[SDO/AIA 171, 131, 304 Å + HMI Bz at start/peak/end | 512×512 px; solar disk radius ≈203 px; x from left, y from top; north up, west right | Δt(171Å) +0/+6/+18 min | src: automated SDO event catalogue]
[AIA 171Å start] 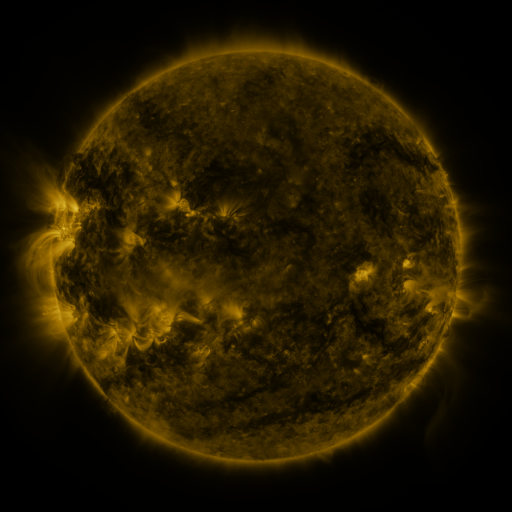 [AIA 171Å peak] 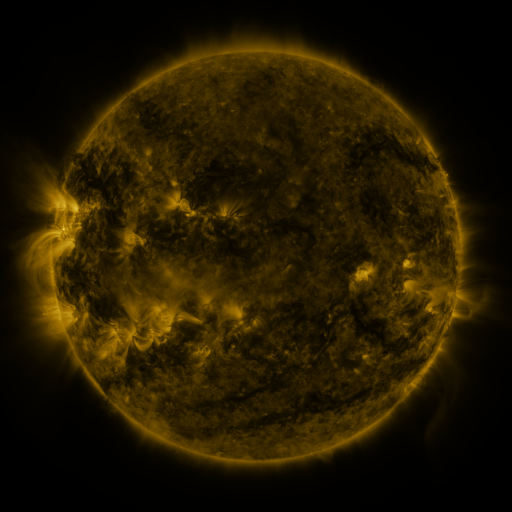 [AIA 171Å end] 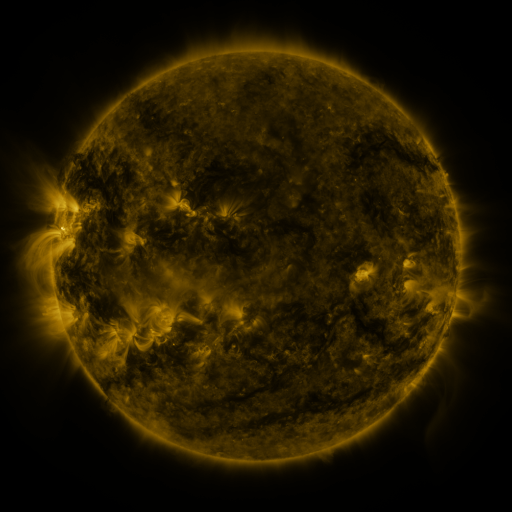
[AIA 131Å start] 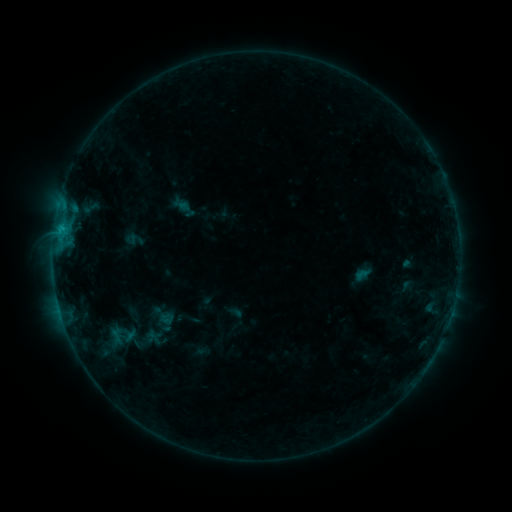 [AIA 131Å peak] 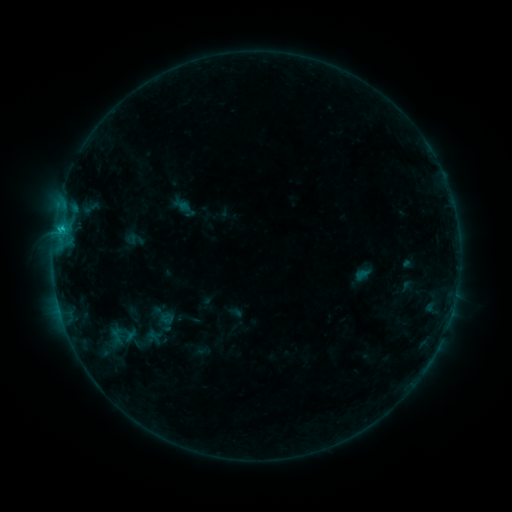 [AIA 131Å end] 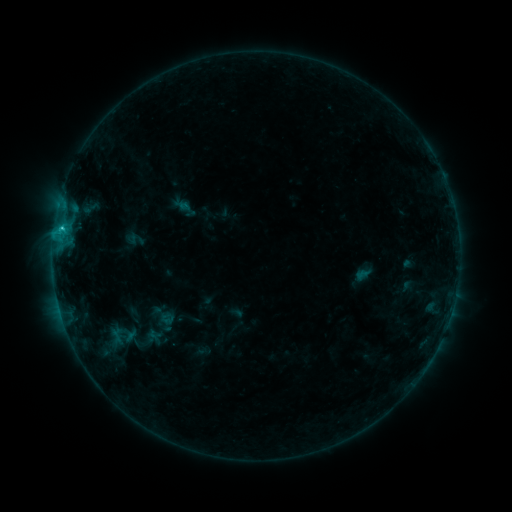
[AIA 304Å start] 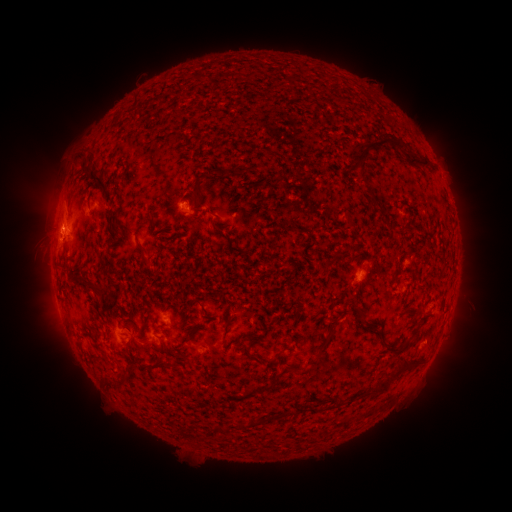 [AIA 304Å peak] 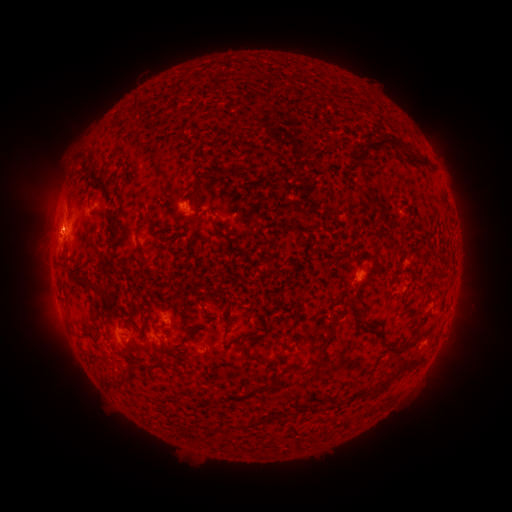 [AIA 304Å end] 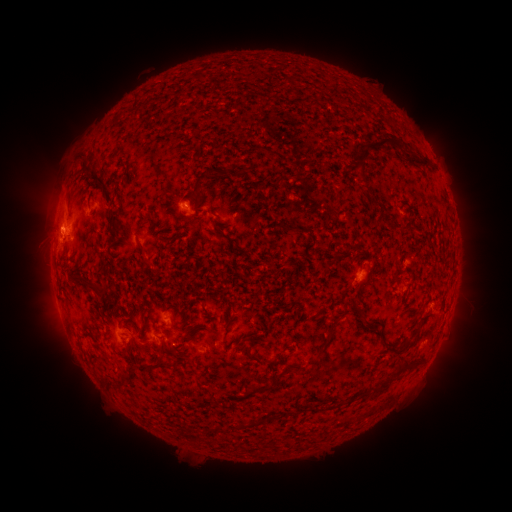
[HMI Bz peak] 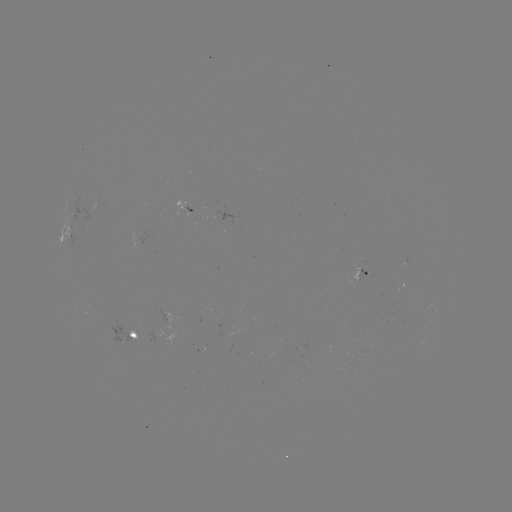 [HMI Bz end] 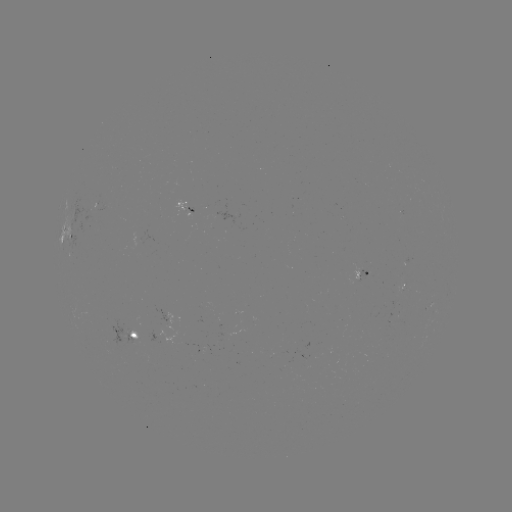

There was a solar flare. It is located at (62, 231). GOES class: C1.3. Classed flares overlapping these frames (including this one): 1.